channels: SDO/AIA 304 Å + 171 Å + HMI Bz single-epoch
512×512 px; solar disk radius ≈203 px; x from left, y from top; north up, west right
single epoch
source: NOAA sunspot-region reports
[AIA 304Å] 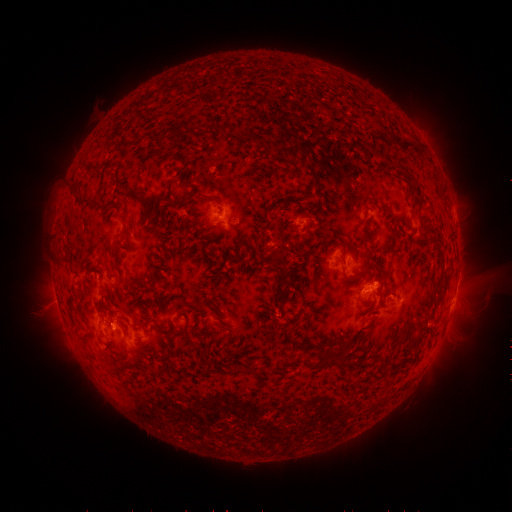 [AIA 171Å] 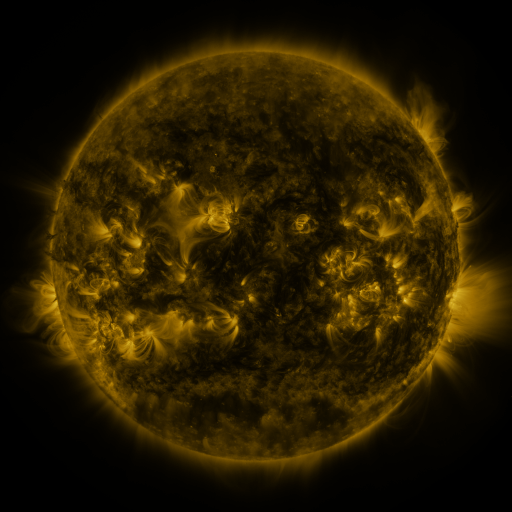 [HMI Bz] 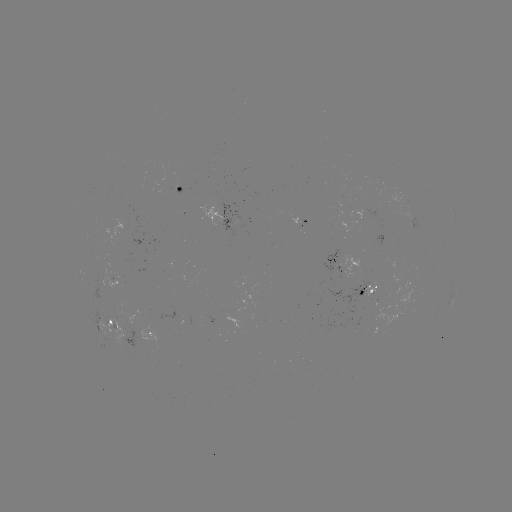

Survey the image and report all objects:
spotted active region: (176, 189)
spotted active region: (227, 216)
spotted active region: (345, 259)
spotted active region: (457, 284)
spotted active region: (364, 291)
spotted active region: (115, 320)
spotted active region: (151, 332)
